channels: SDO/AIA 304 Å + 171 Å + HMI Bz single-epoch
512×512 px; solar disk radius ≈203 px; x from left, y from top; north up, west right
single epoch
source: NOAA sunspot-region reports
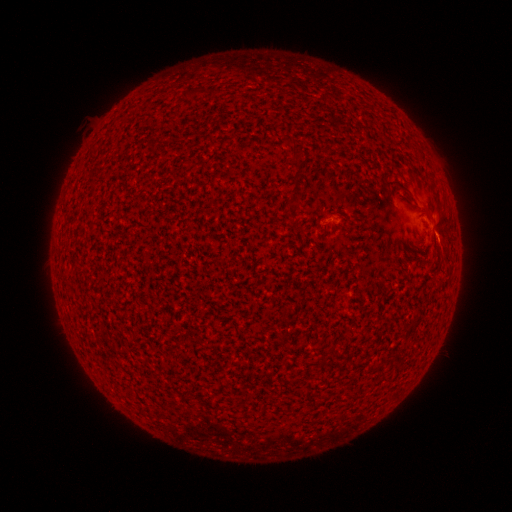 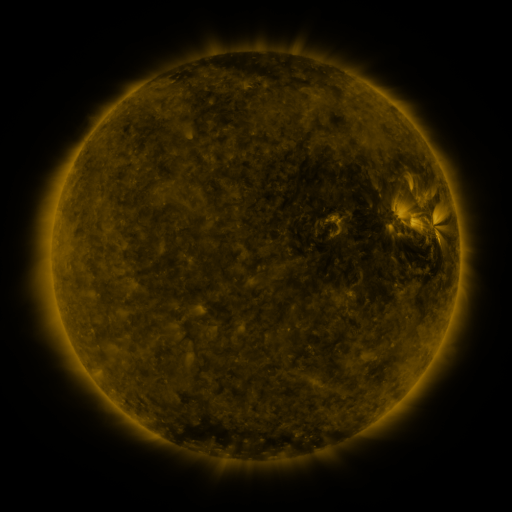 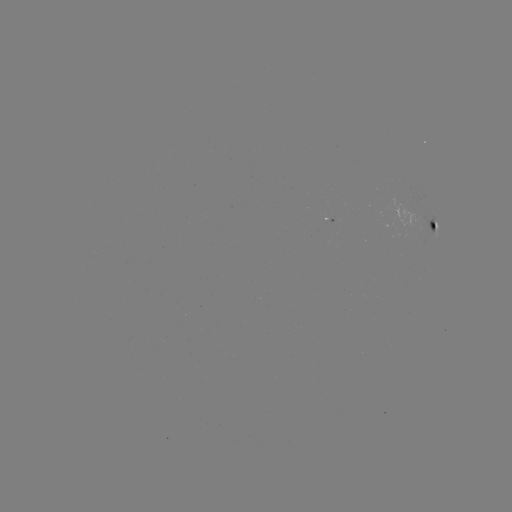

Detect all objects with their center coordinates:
spotted active region: (315, 219)
spotted active region: (434, 225)
